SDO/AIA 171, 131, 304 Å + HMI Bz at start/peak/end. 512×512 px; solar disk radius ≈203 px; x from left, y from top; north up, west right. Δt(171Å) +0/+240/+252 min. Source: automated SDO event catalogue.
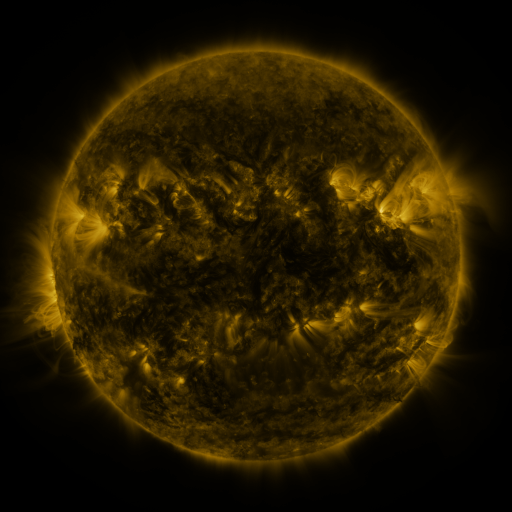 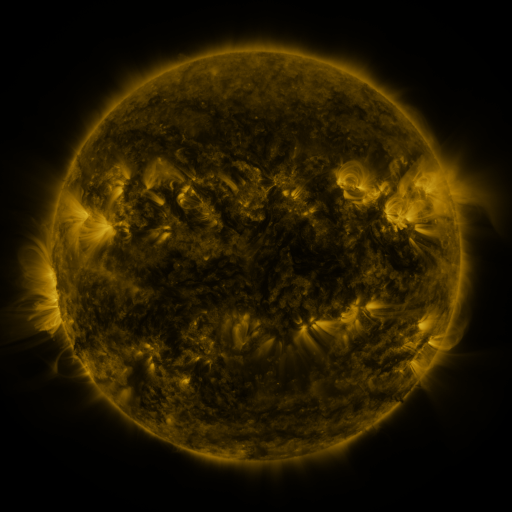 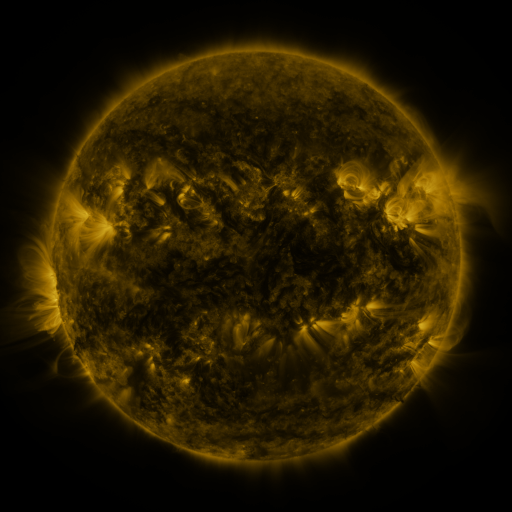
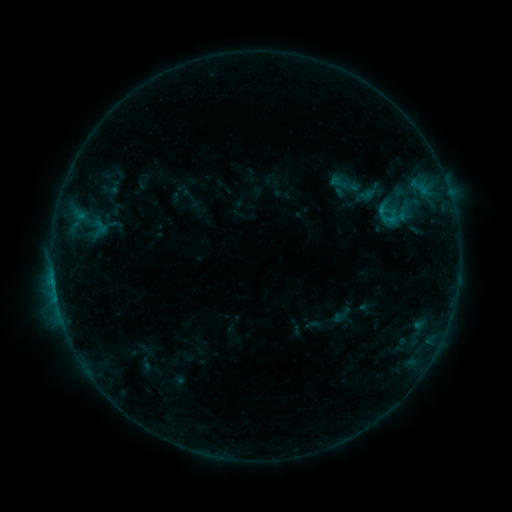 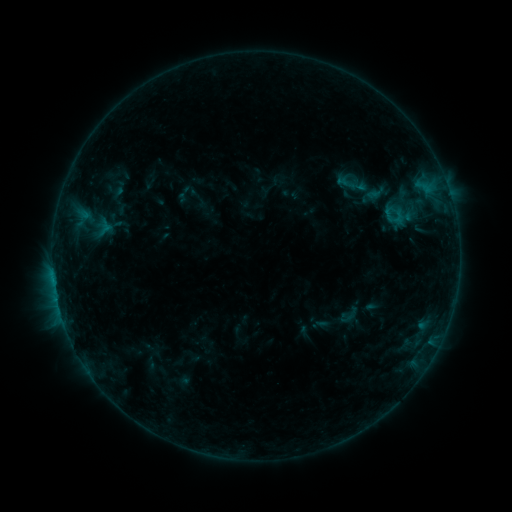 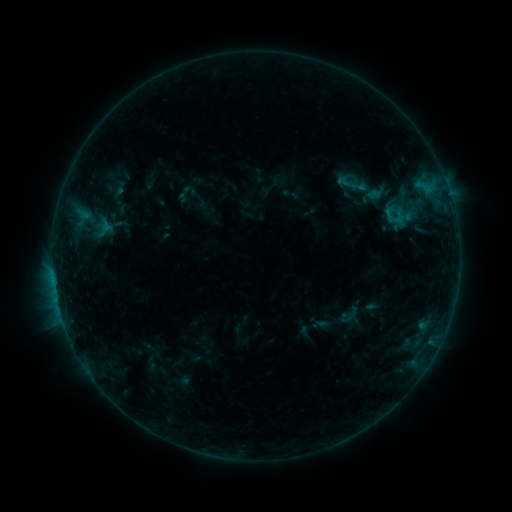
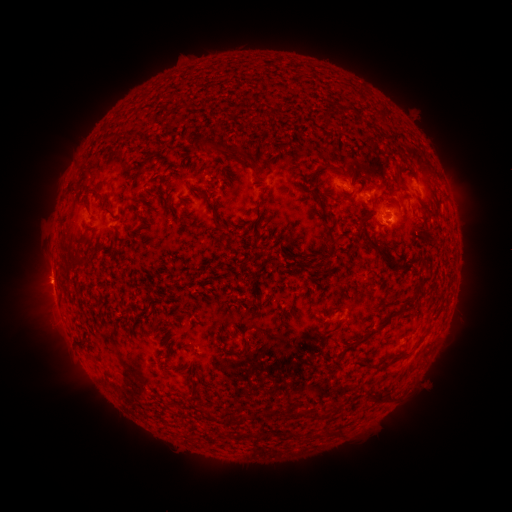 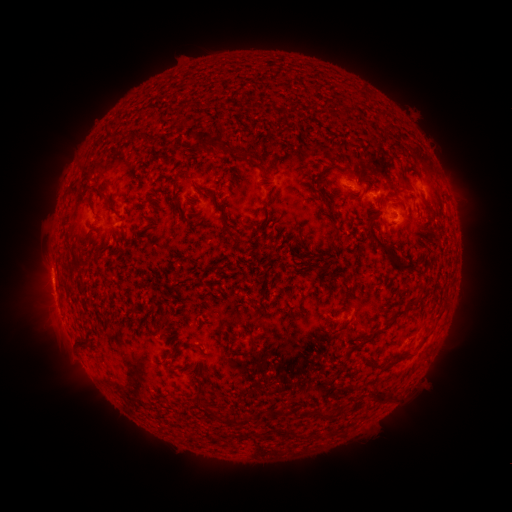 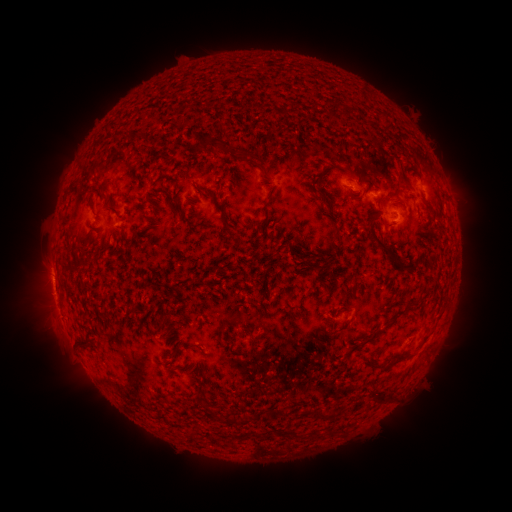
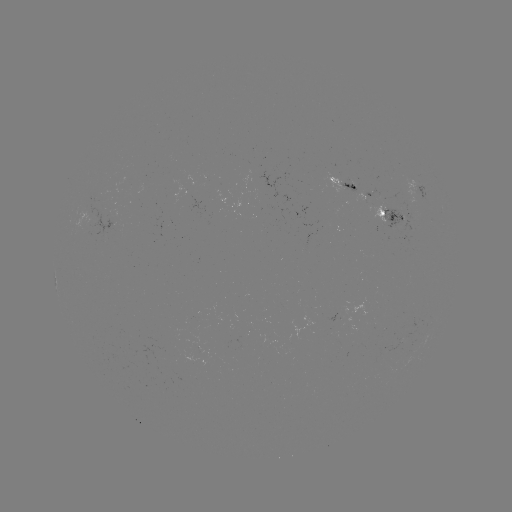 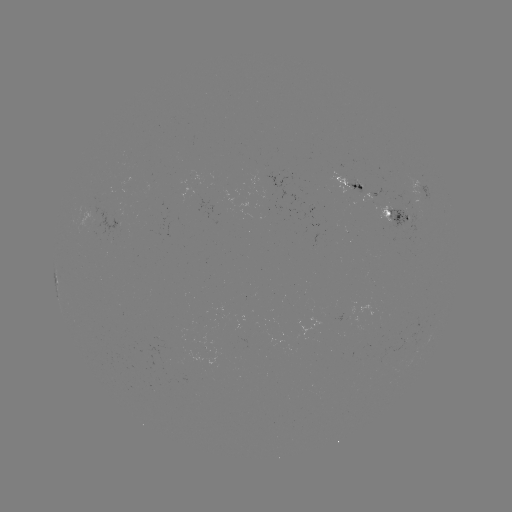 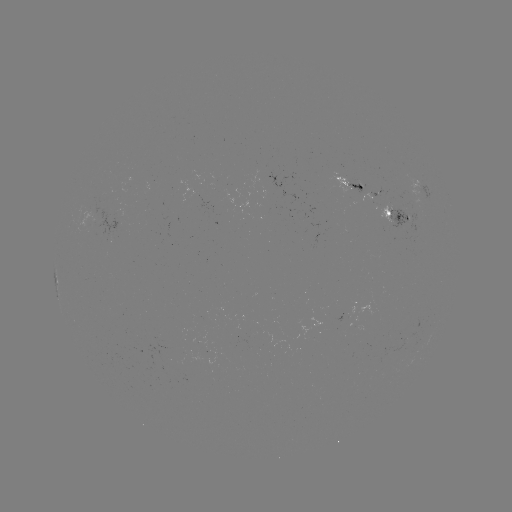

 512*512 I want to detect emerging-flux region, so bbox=[376, 205, 393, 224].